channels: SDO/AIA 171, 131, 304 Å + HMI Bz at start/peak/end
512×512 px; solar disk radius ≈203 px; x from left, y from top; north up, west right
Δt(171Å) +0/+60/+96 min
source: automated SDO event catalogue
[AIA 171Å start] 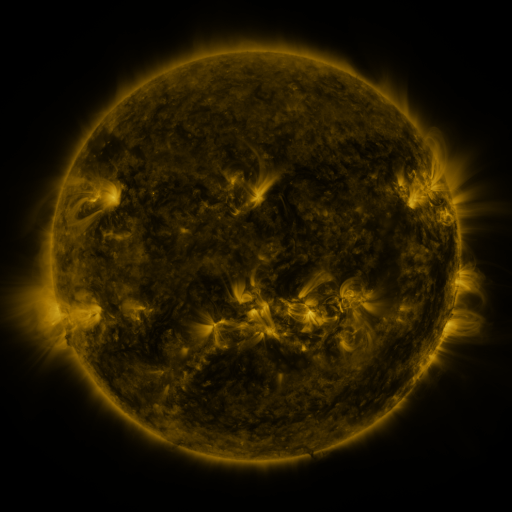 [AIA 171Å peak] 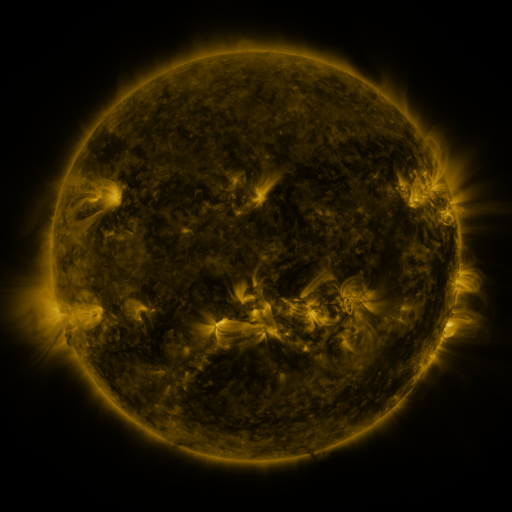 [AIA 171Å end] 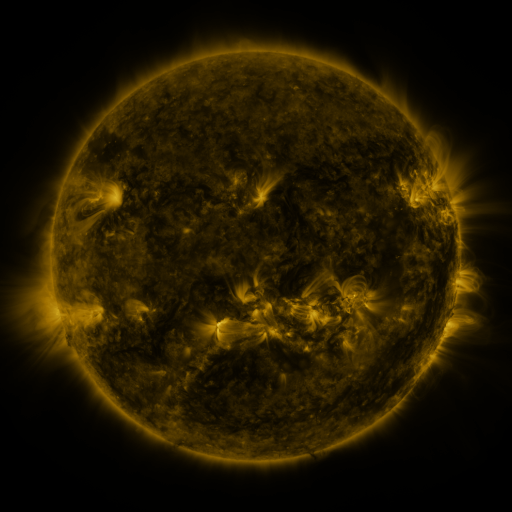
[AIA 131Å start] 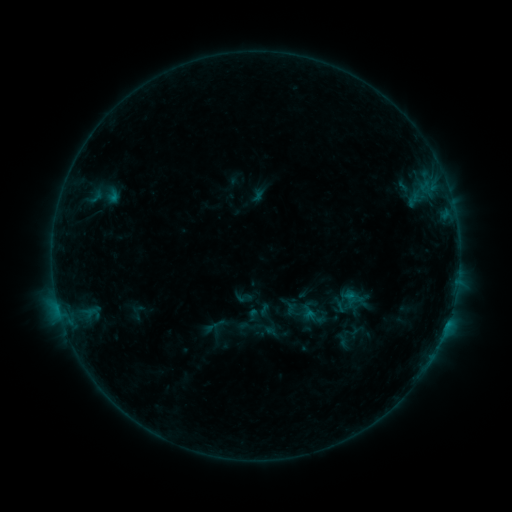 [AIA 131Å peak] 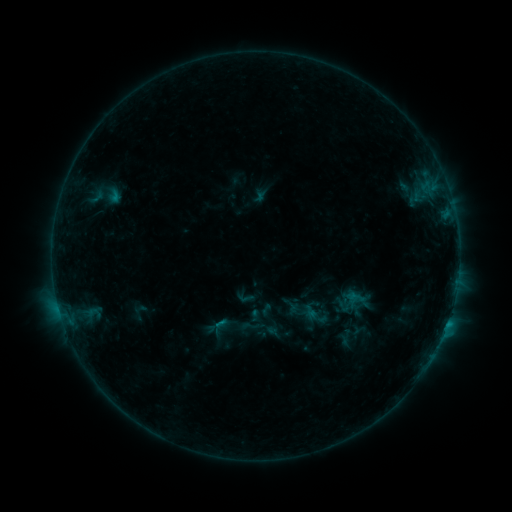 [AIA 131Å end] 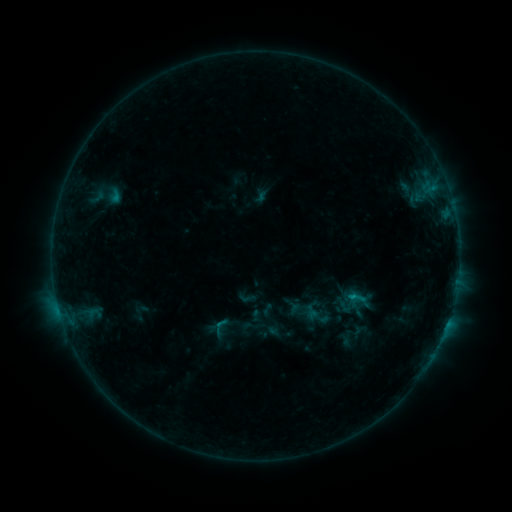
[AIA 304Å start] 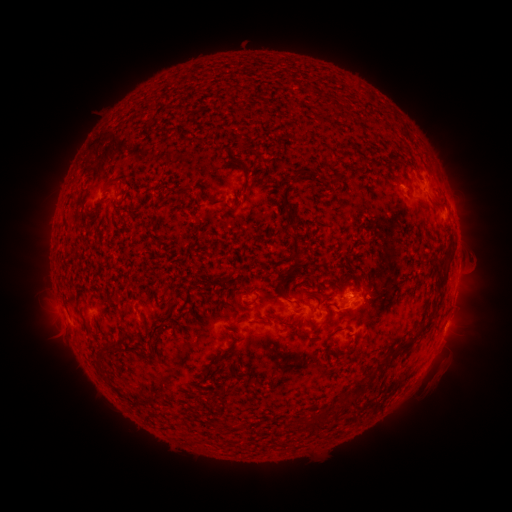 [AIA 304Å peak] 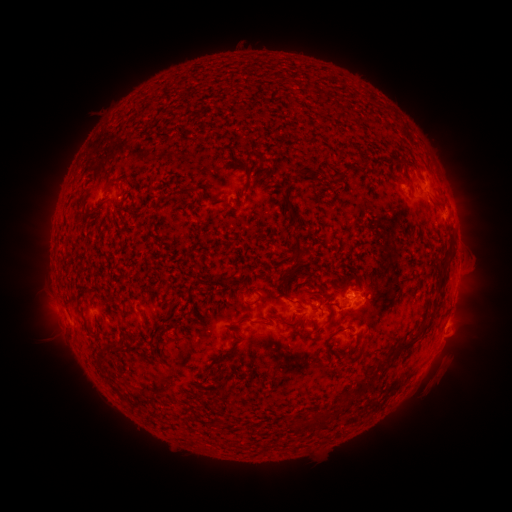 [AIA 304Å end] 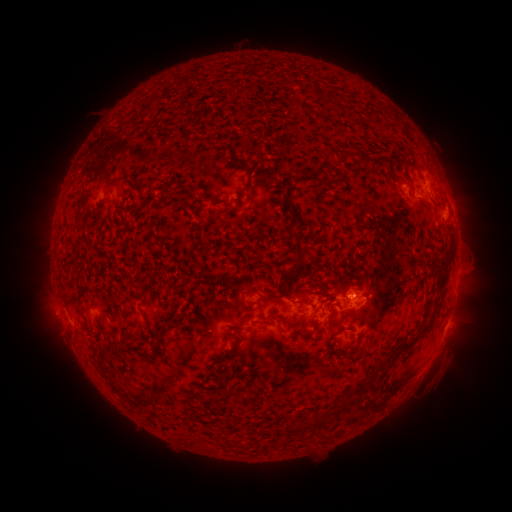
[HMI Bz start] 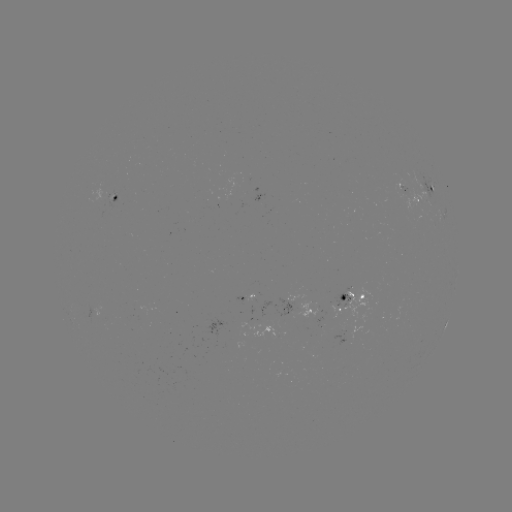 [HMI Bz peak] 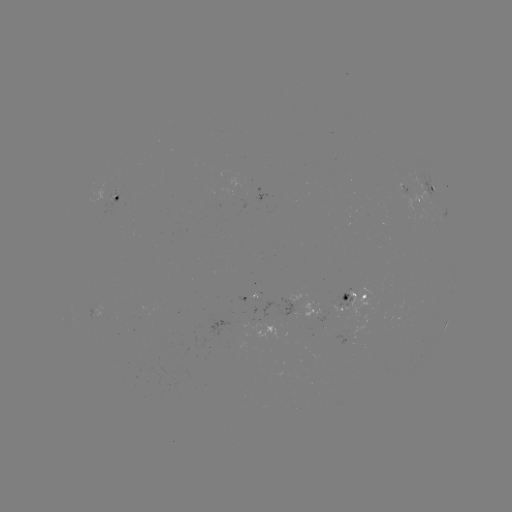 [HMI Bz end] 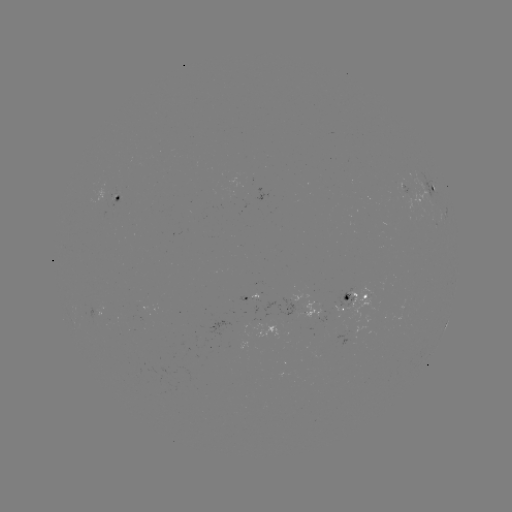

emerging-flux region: <bbox>397, 181, 411, 194</bbox>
